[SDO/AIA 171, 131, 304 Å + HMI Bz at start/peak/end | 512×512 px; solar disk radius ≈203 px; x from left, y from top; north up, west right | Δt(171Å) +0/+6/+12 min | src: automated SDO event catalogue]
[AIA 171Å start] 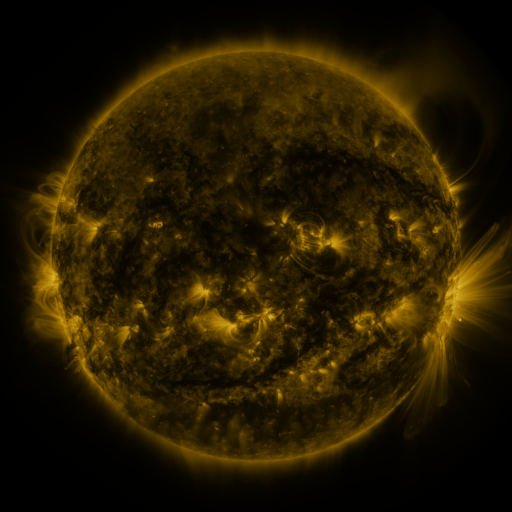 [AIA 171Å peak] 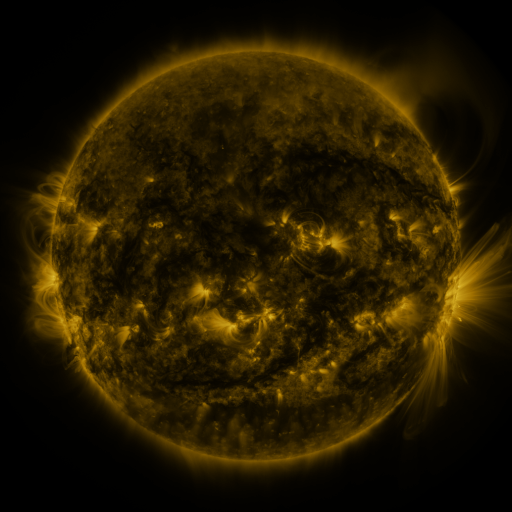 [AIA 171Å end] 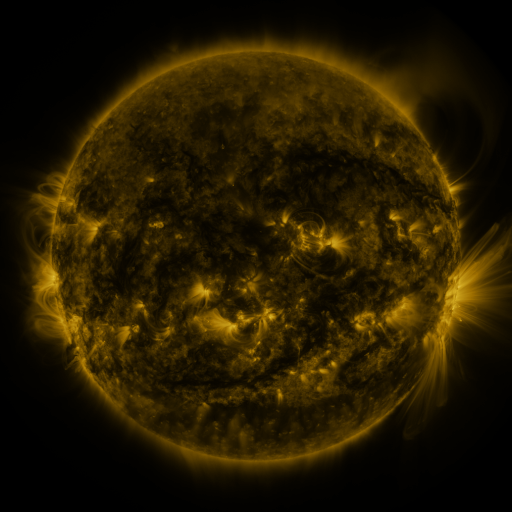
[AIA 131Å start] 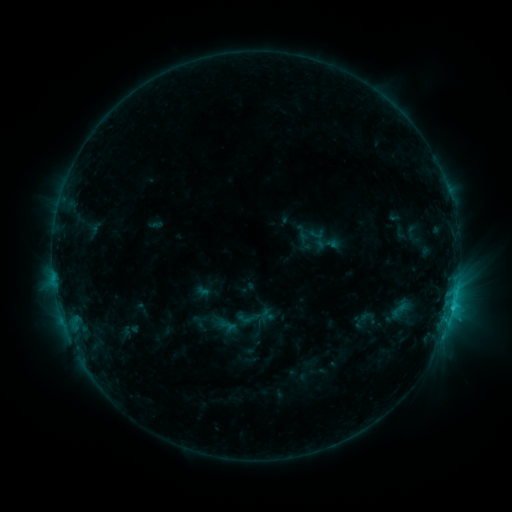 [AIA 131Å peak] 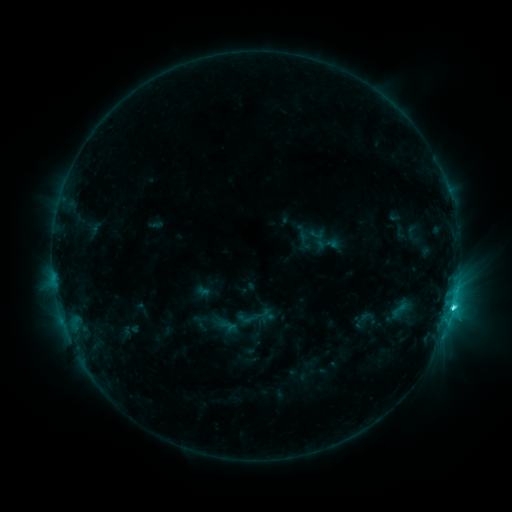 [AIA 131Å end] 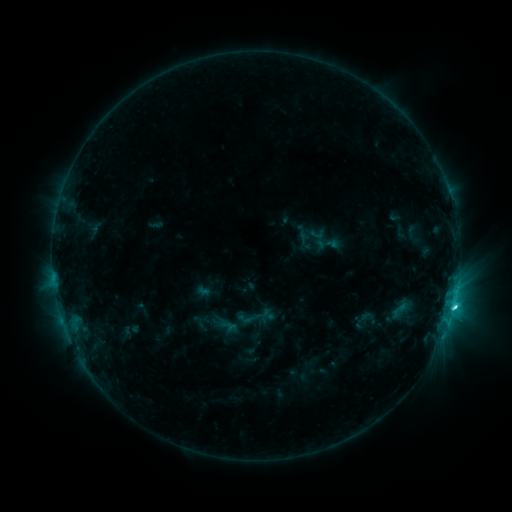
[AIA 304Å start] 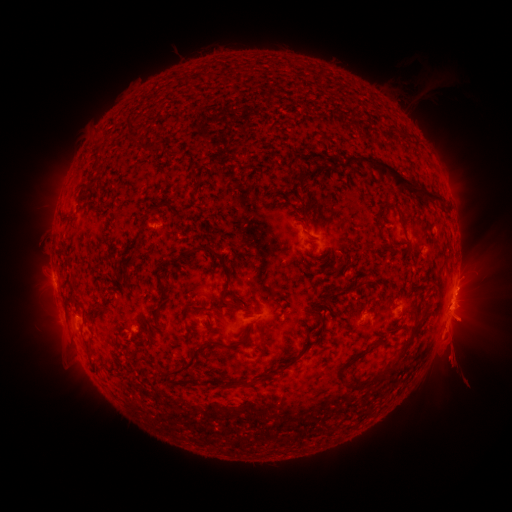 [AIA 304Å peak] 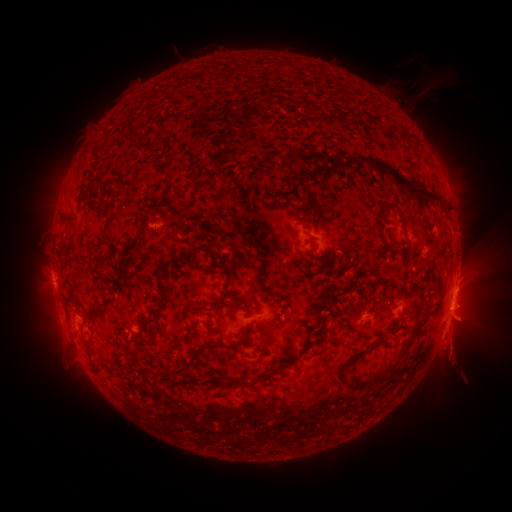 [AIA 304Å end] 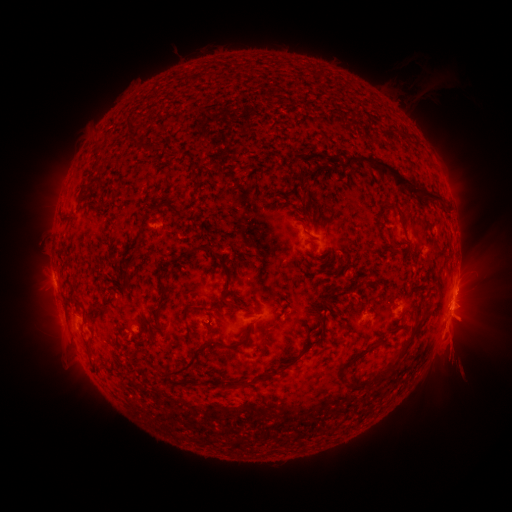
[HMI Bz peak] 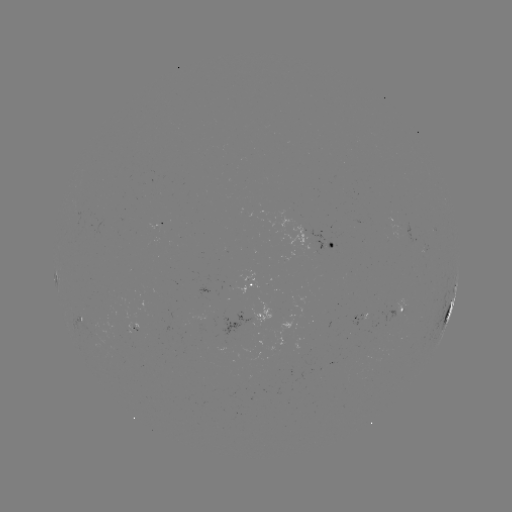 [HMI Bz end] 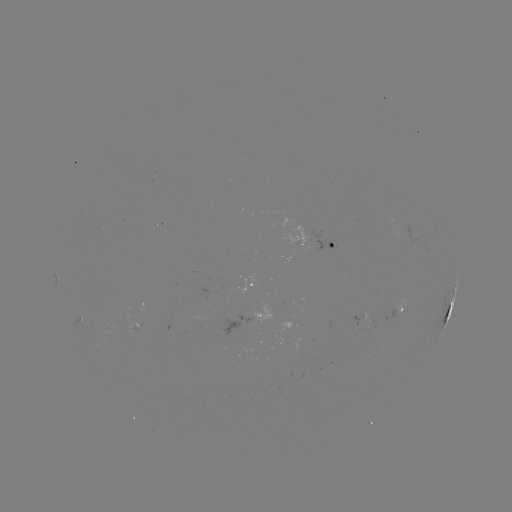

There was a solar flare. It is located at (453, 305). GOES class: C3.6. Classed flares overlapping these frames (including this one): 1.